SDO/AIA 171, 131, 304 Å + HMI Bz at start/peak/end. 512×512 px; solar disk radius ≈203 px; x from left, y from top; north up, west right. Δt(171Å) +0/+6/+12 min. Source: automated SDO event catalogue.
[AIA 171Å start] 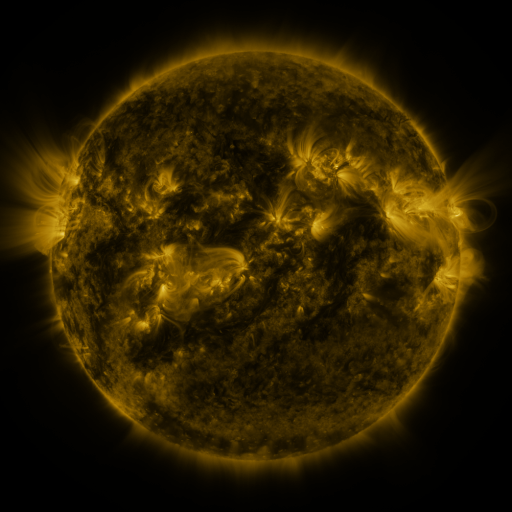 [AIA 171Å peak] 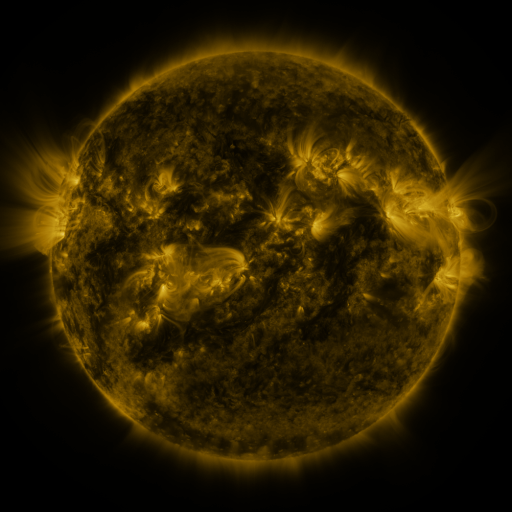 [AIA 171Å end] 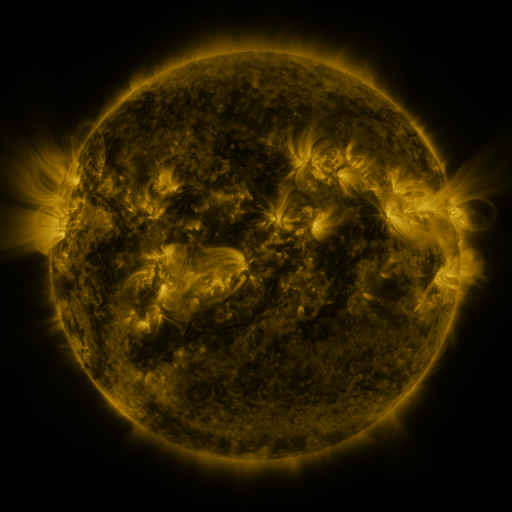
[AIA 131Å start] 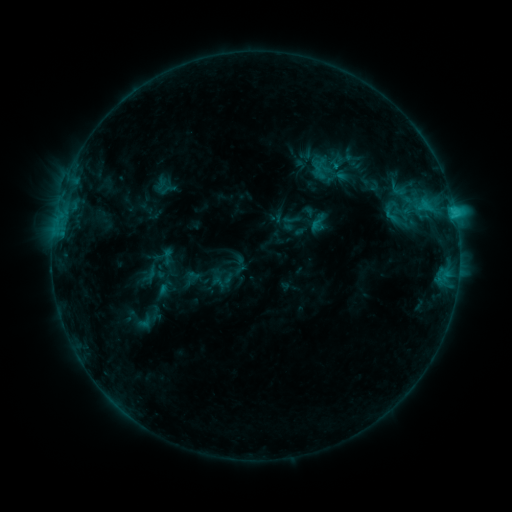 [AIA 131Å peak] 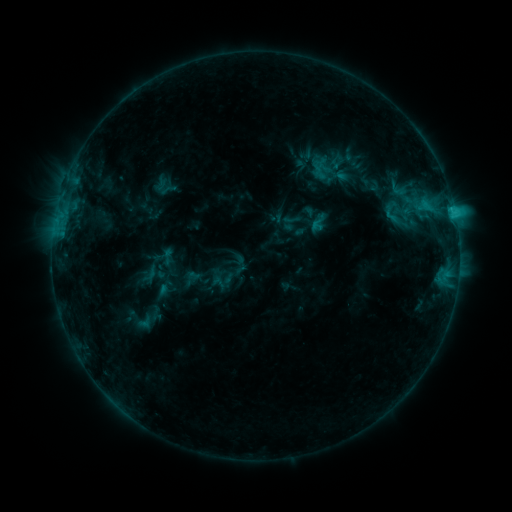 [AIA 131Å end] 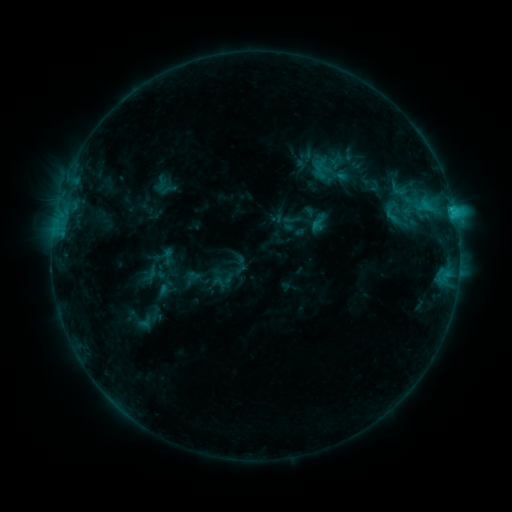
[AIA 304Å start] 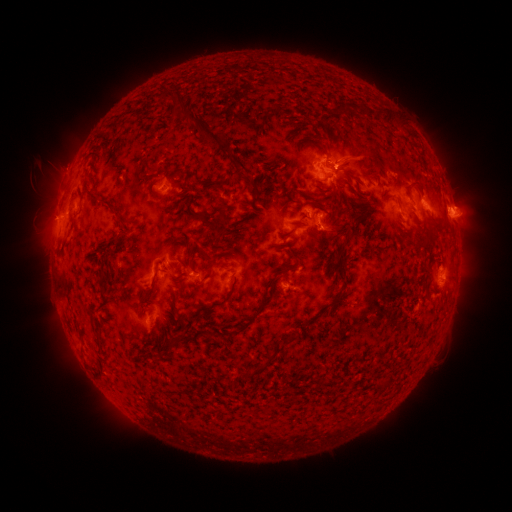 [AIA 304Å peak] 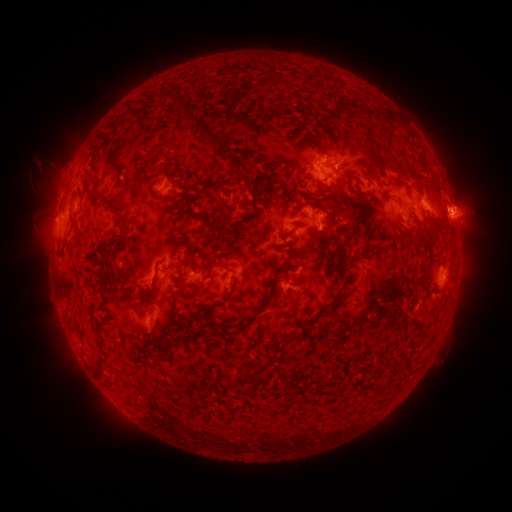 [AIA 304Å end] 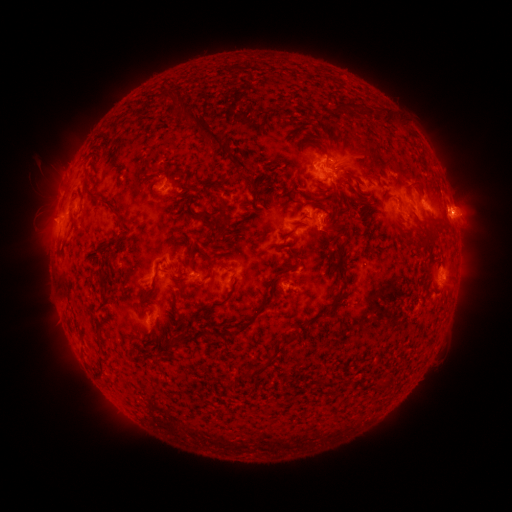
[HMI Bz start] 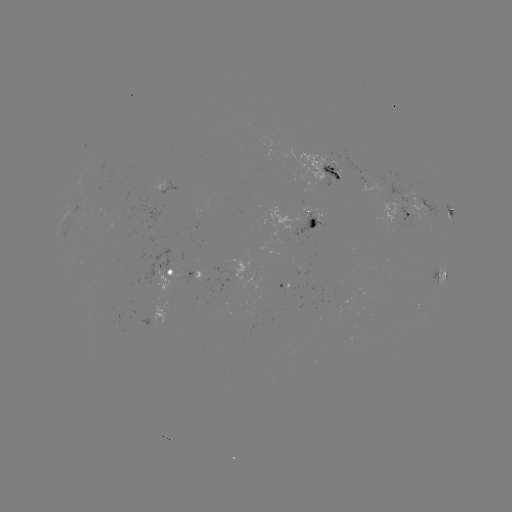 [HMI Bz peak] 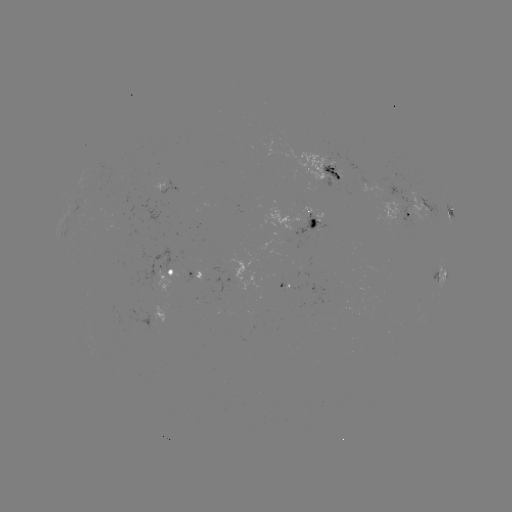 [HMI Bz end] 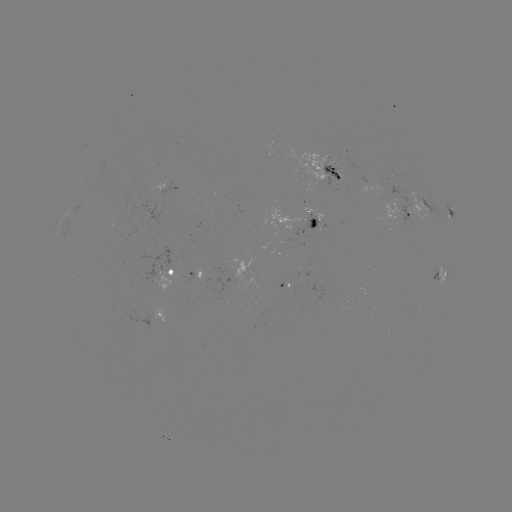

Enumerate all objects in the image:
eruption: (348, 219)
